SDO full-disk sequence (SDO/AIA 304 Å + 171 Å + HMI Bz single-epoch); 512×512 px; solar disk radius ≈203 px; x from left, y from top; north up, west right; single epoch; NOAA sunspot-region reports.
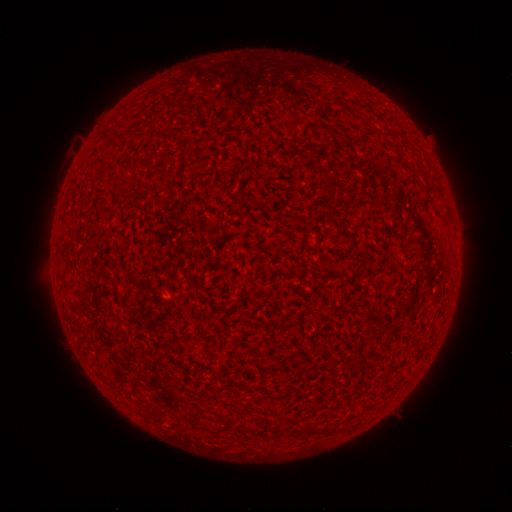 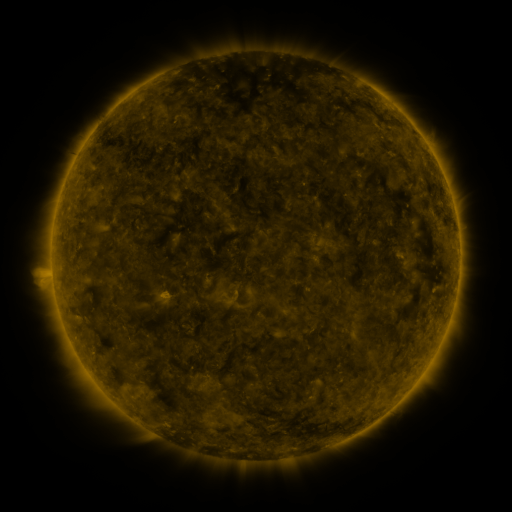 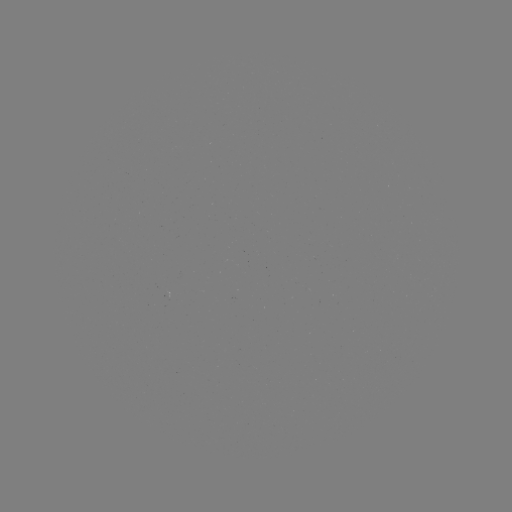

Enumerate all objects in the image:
(none)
